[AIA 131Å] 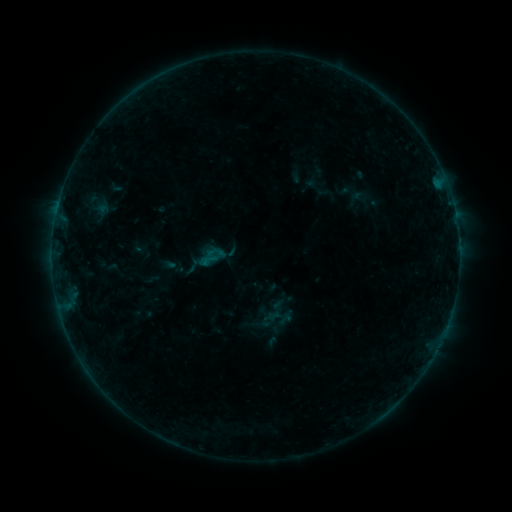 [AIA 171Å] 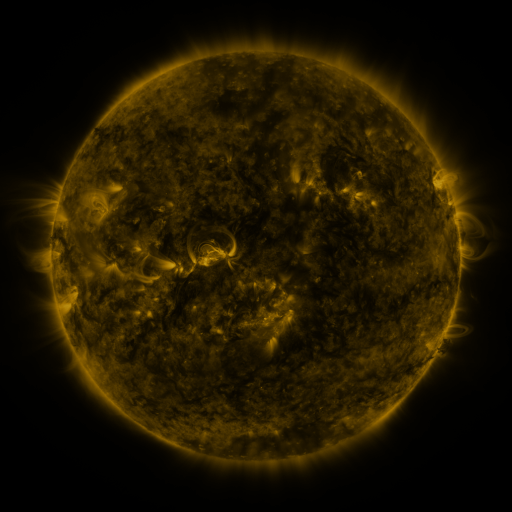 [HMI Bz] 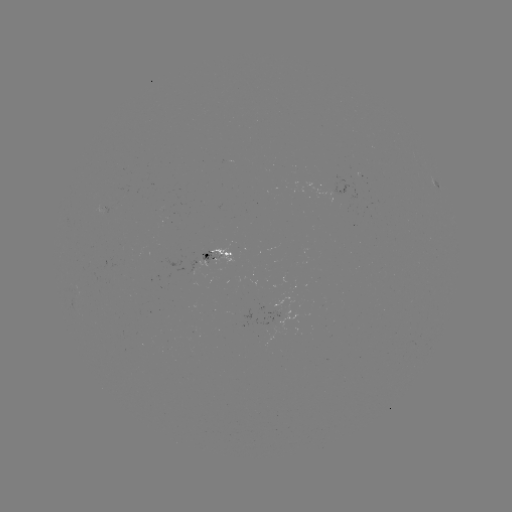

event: sigmoid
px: (205, 258)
